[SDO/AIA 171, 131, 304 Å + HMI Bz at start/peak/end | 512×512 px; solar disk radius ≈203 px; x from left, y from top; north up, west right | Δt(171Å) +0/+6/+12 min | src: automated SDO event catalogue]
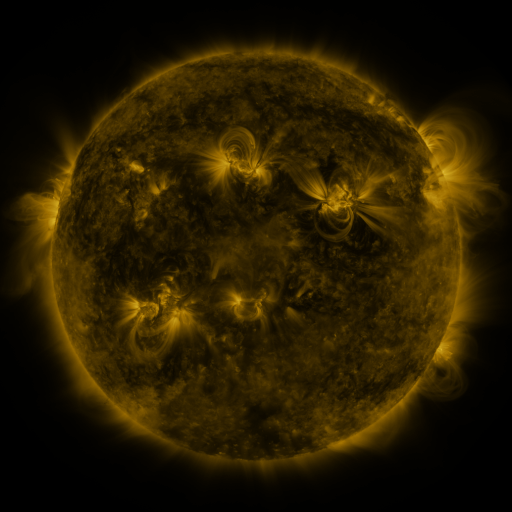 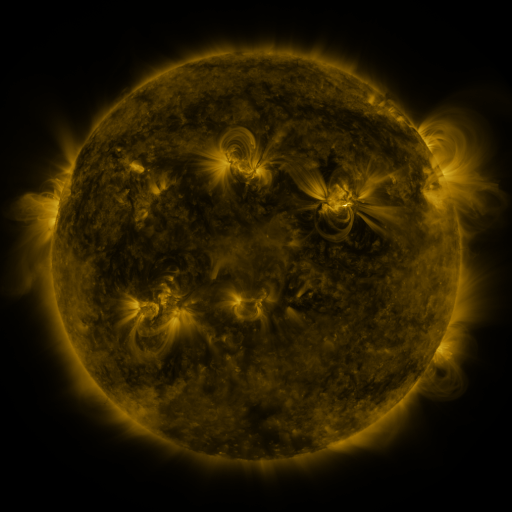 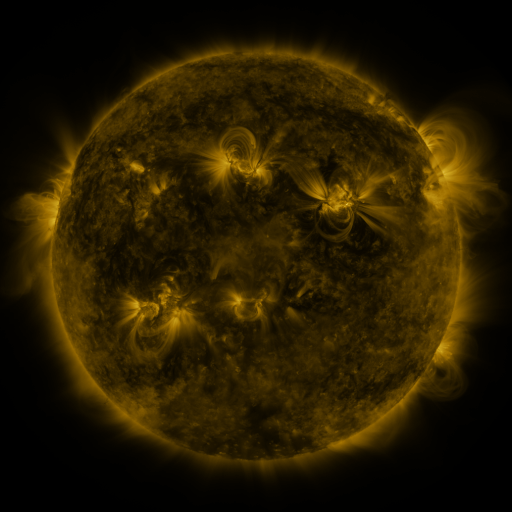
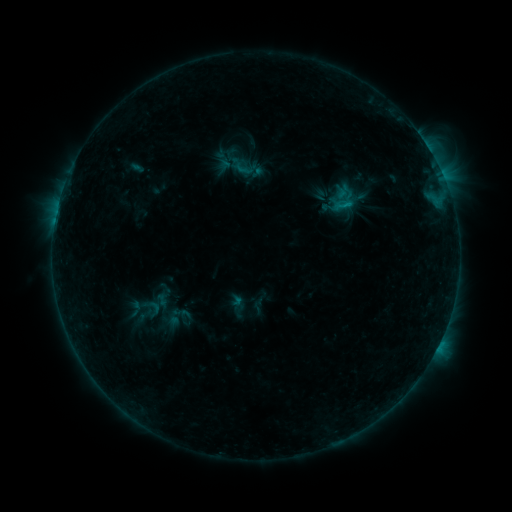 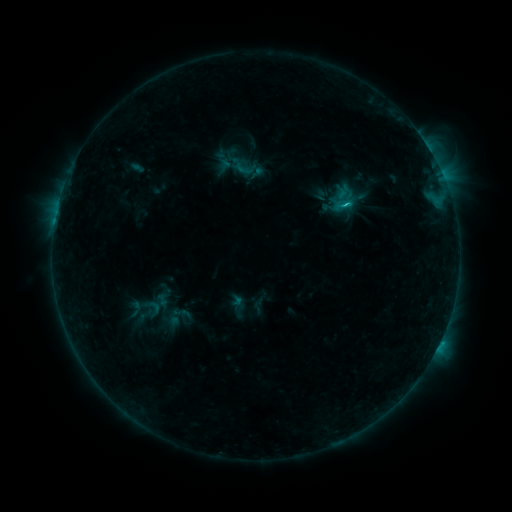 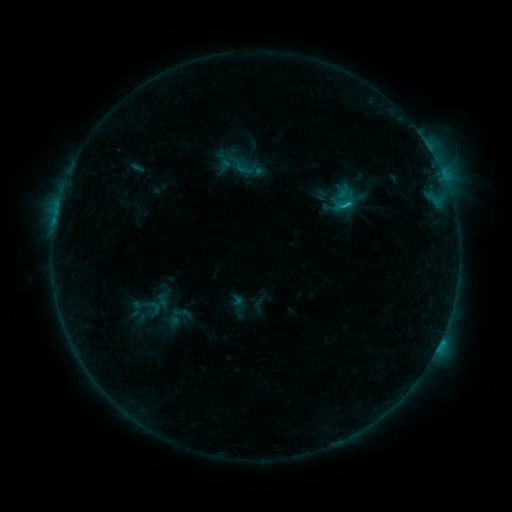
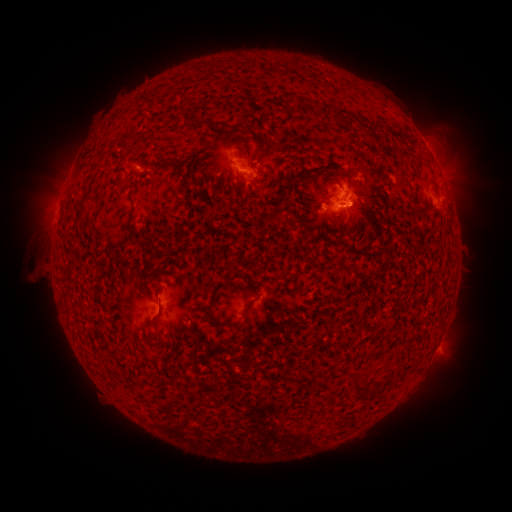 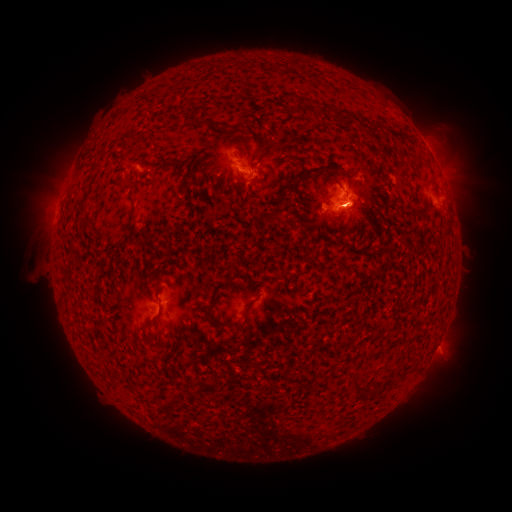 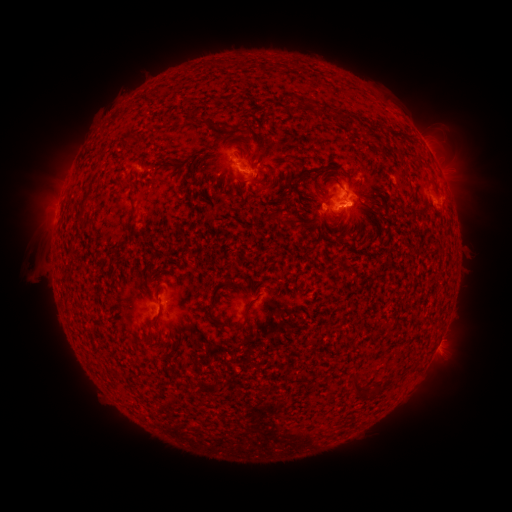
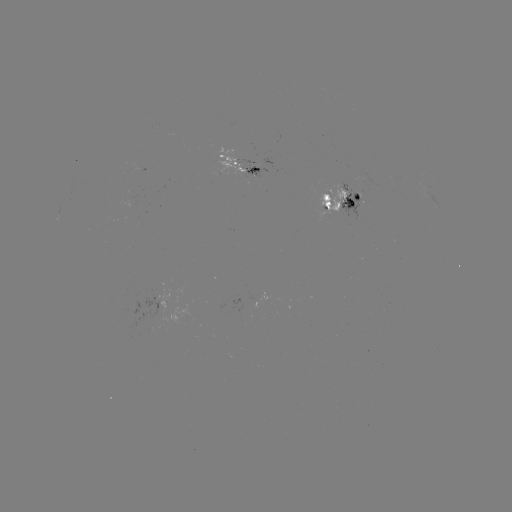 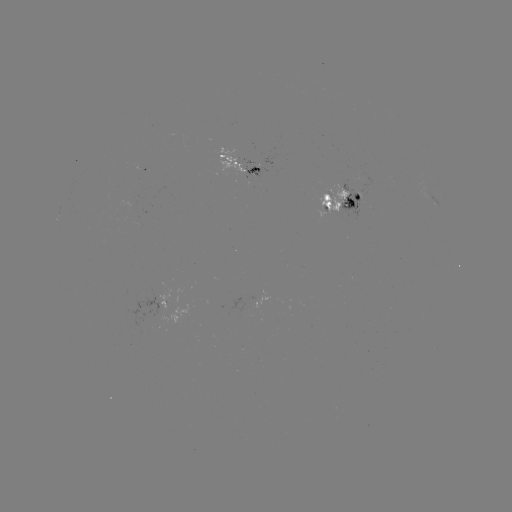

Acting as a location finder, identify C1.1 flare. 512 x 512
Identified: (344, 208).